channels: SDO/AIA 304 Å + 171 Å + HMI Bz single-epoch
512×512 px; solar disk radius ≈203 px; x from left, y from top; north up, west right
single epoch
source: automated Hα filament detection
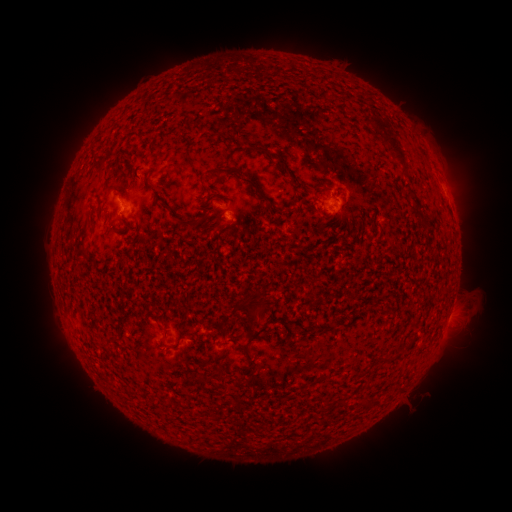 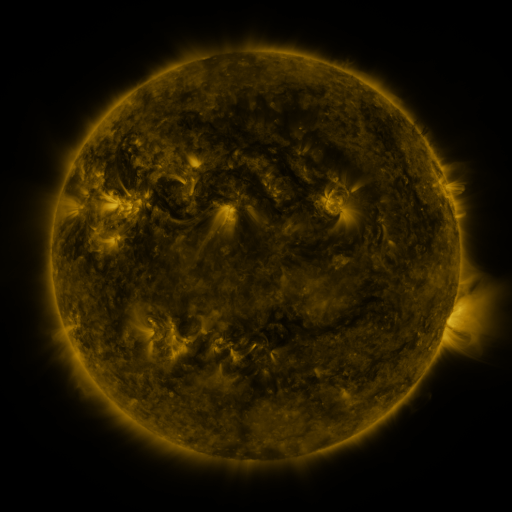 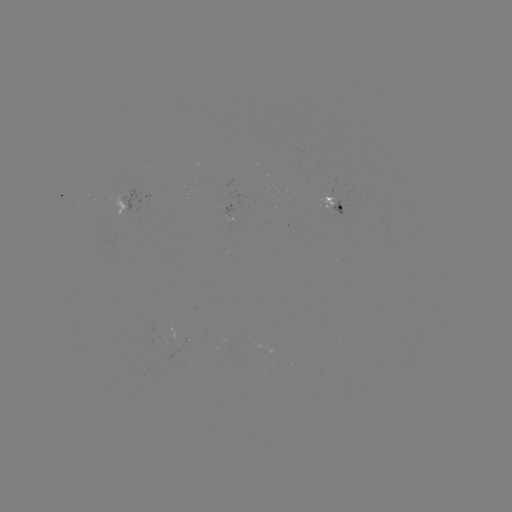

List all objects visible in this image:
filament: (245, 180)
filament: (193, 222)
